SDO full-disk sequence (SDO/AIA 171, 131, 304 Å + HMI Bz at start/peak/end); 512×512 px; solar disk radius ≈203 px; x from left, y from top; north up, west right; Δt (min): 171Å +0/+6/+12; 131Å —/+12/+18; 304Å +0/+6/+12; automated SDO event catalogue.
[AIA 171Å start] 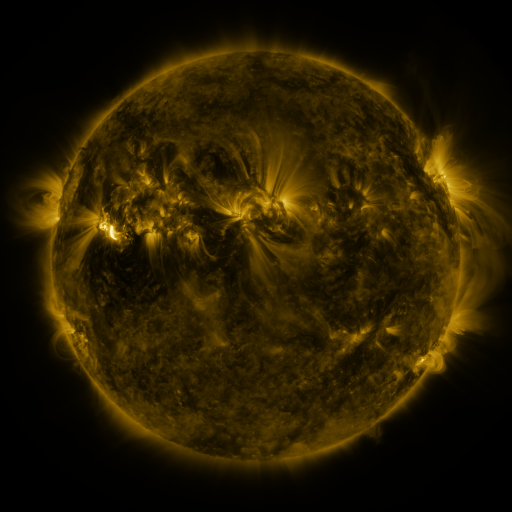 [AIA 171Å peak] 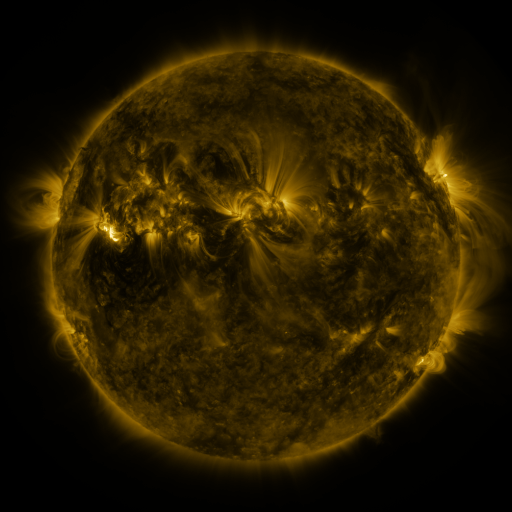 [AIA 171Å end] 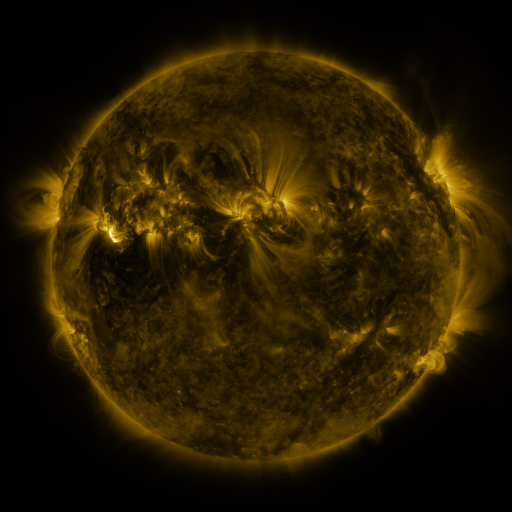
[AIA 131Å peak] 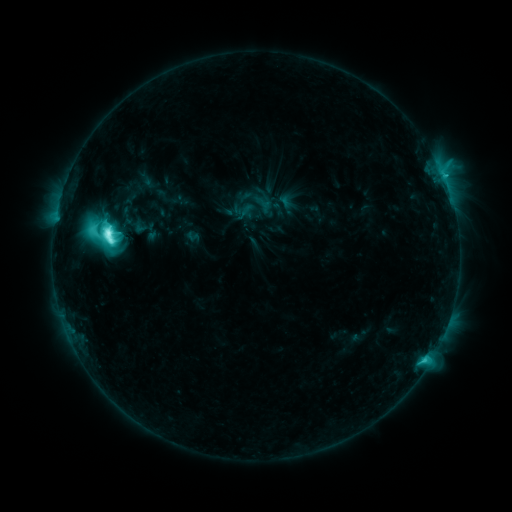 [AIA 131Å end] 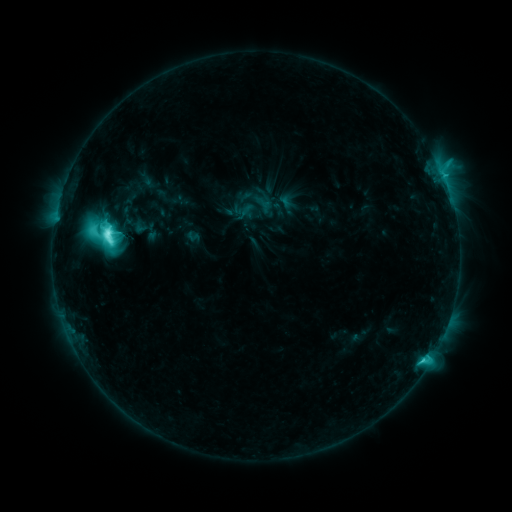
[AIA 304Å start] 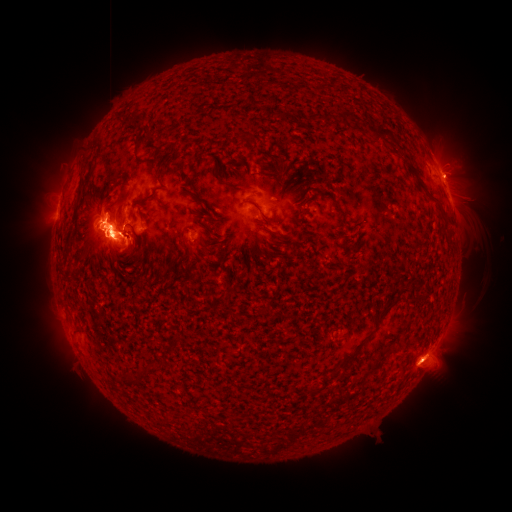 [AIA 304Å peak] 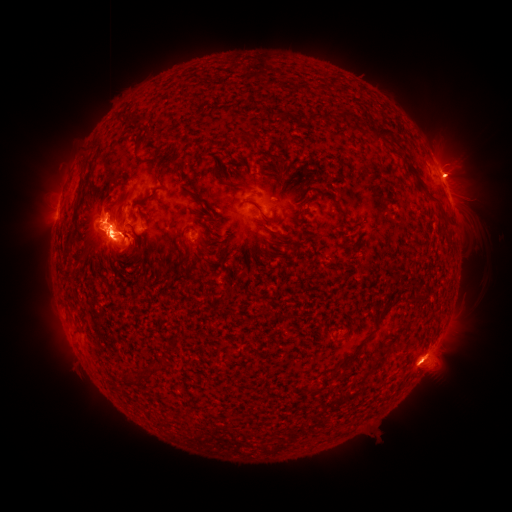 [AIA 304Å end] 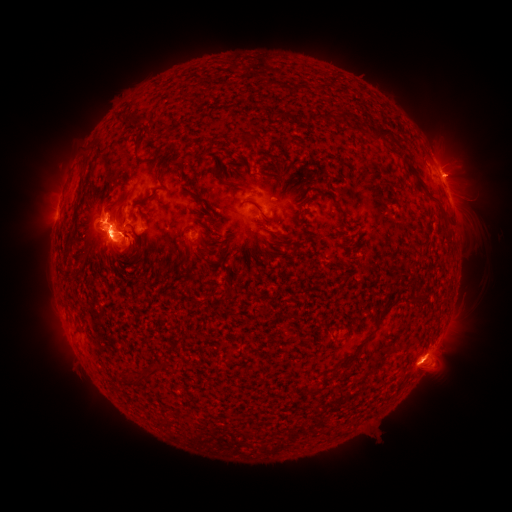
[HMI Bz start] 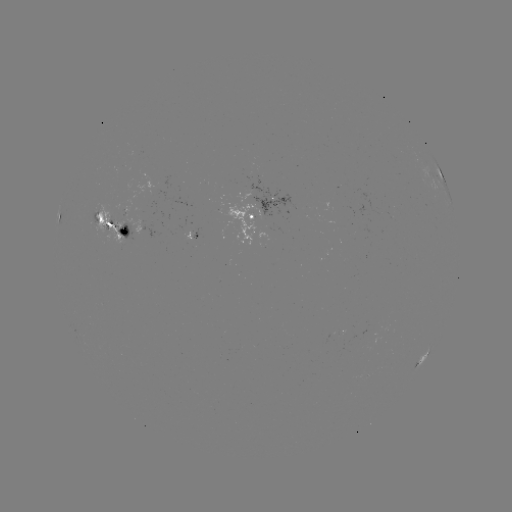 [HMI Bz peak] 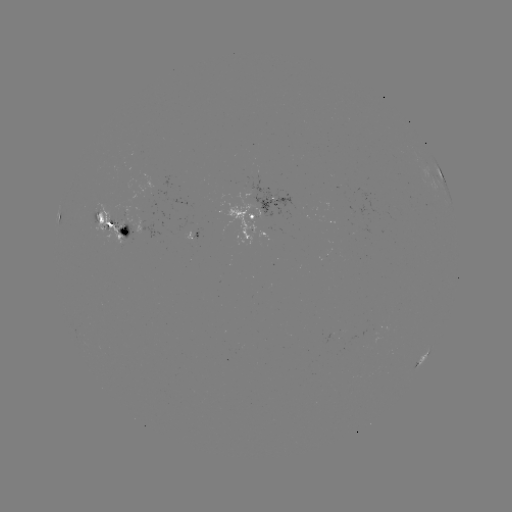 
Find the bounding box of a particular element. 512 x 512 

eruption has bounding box [398, 354, 440, 395].